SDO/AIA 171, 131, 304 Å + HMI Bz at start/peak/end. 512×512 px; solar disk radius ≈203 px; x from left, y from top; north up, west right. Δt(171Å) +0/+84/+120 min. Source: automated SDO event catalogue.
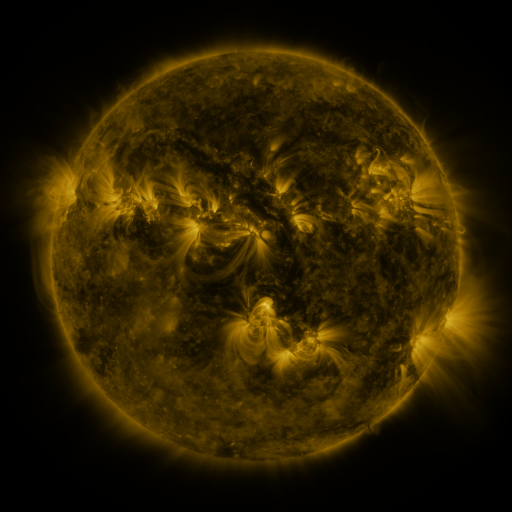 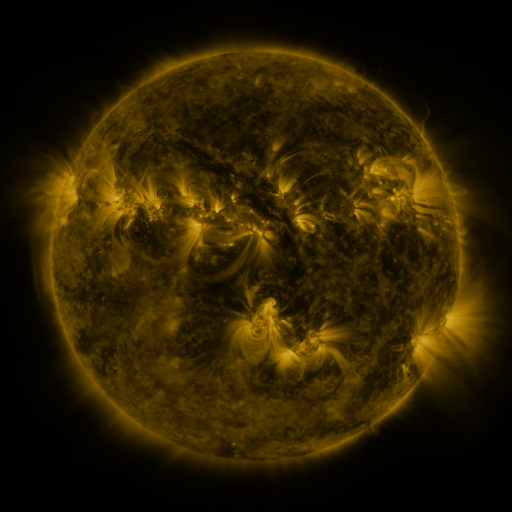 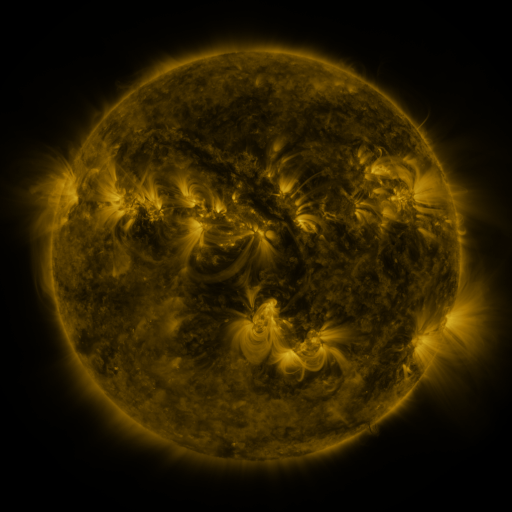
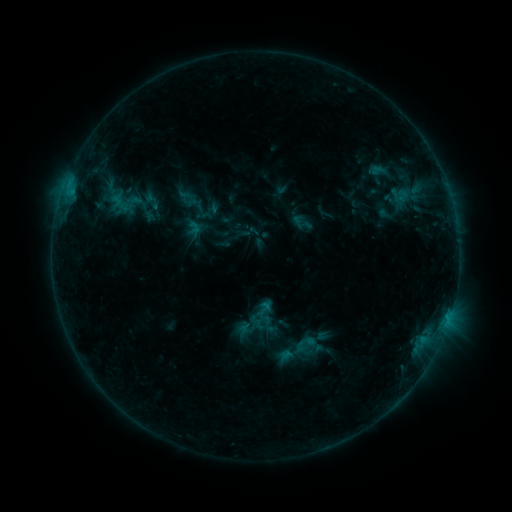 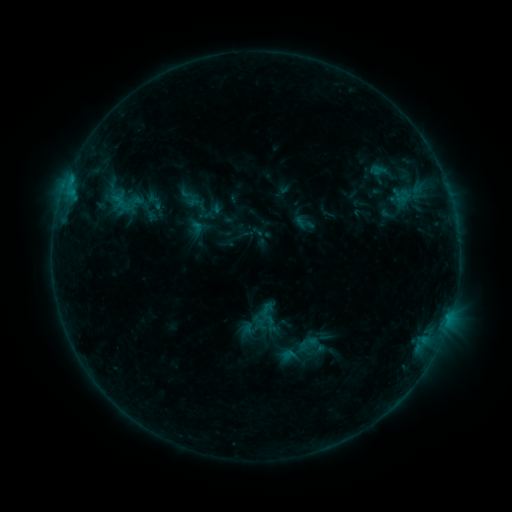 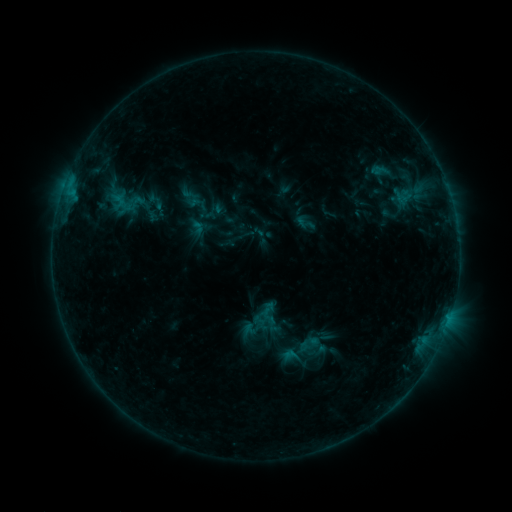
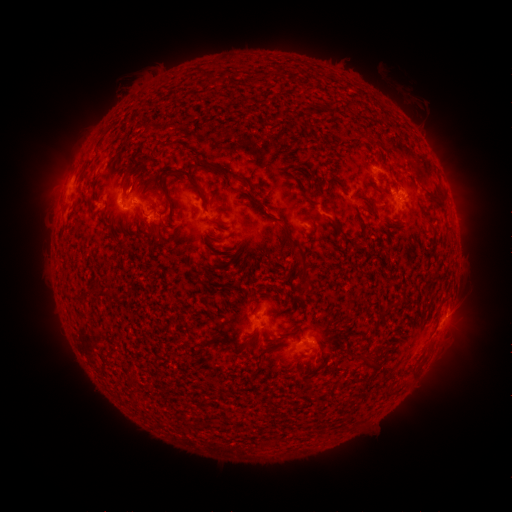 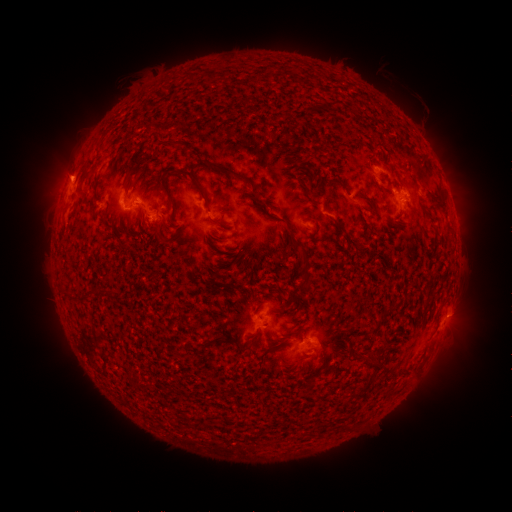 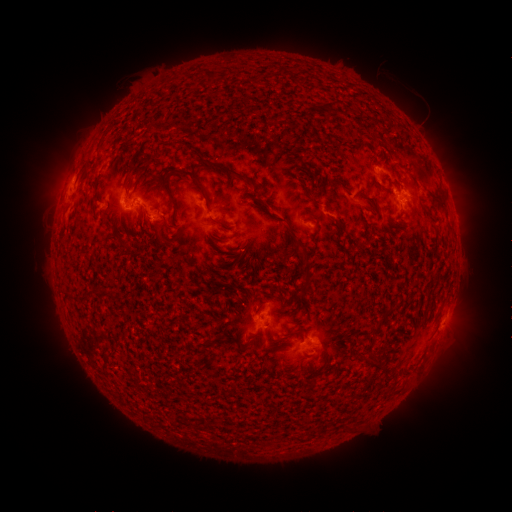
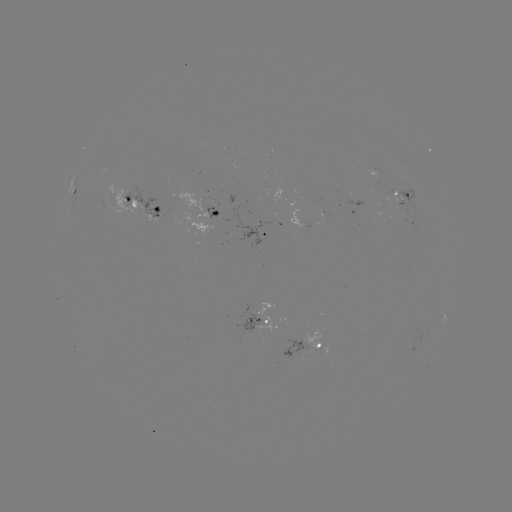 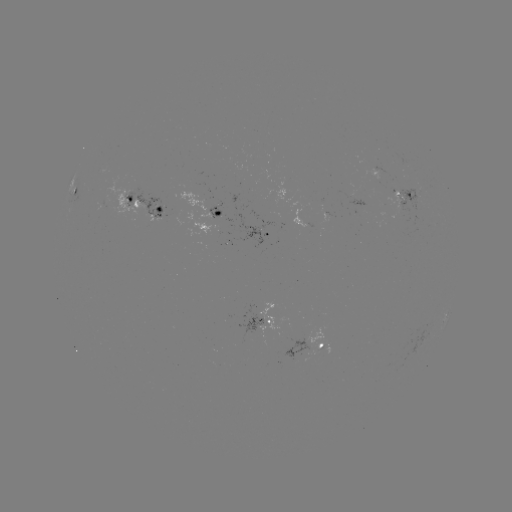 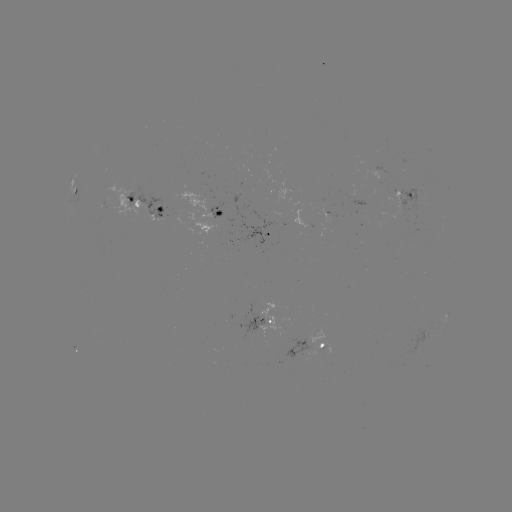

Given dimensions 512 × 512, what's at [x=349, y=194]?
emerging-flux region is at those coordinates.